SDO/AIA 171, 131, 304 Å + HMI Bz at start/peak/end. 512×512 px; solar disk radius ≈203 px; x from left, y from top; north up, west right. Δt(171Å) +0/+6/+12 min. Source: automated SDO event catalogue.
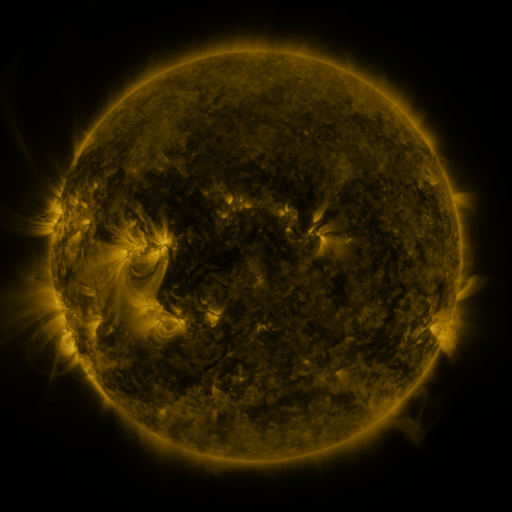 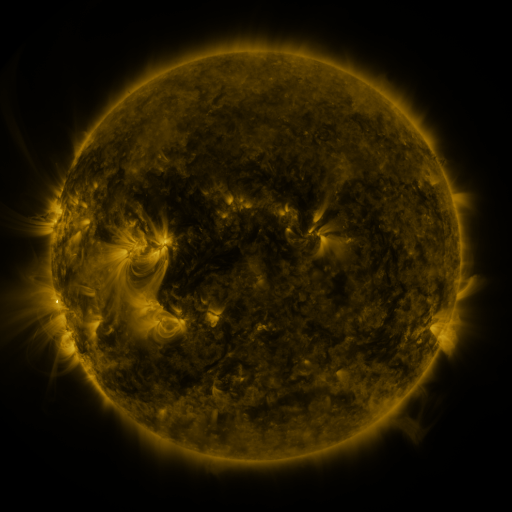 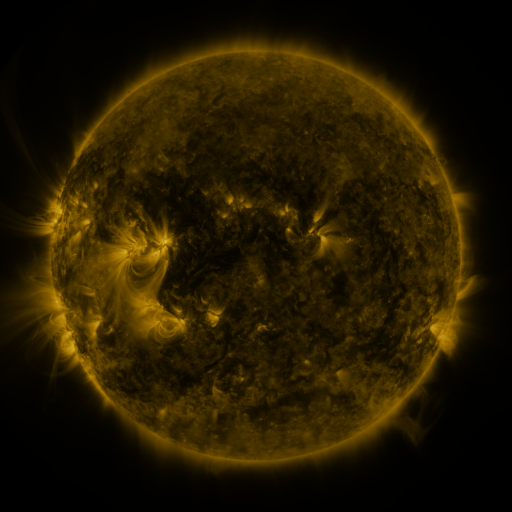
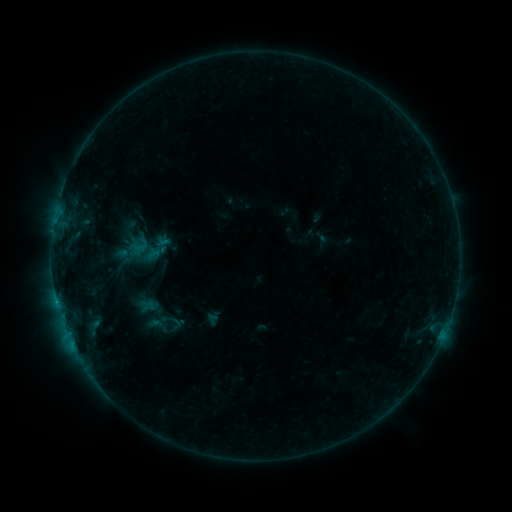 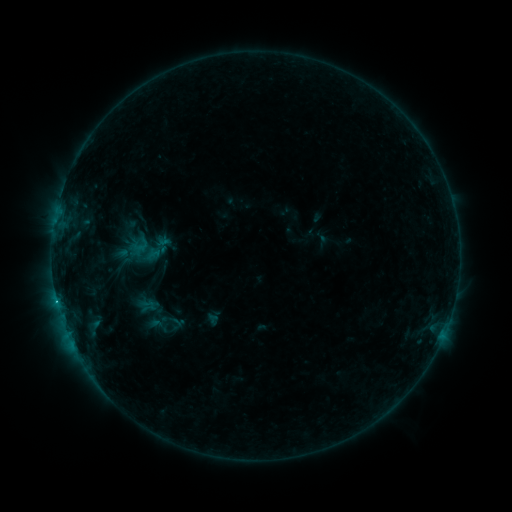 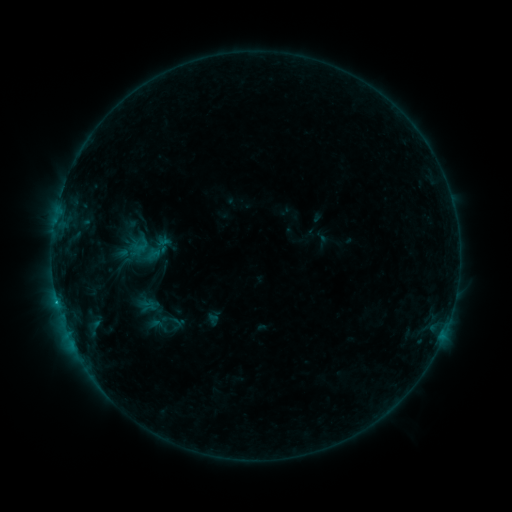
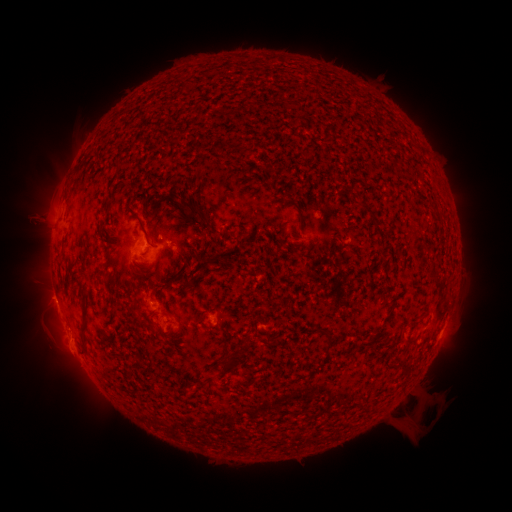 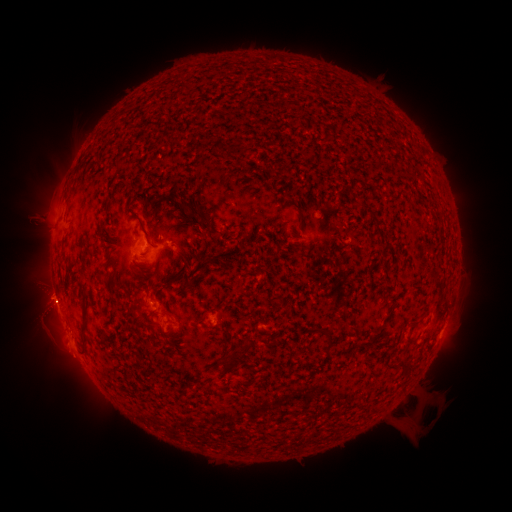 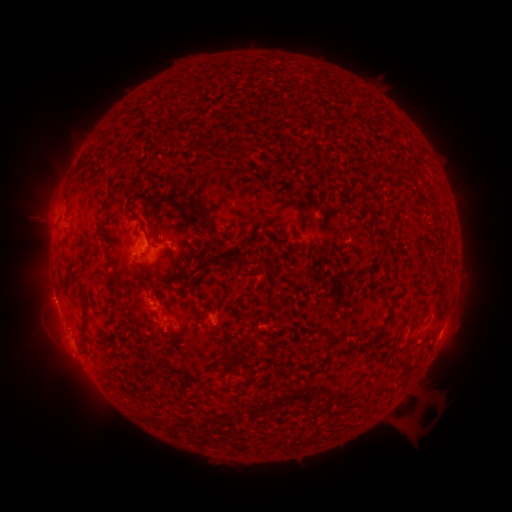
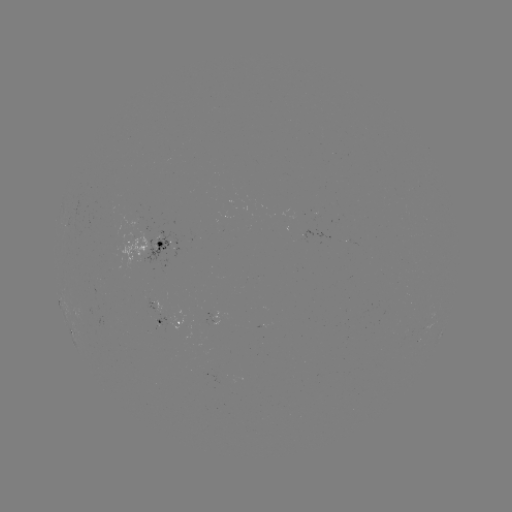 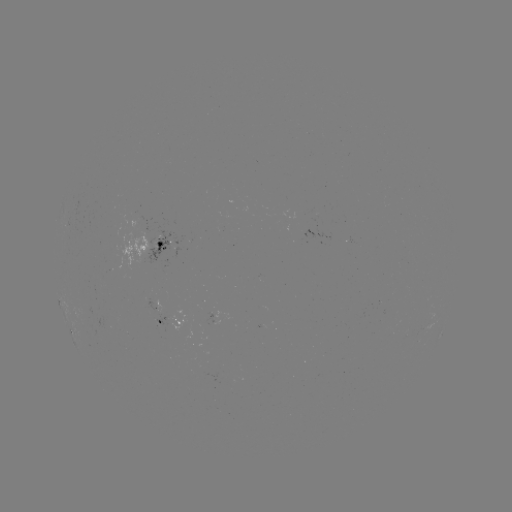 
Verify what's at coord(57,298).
B7.9 flare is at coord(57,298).